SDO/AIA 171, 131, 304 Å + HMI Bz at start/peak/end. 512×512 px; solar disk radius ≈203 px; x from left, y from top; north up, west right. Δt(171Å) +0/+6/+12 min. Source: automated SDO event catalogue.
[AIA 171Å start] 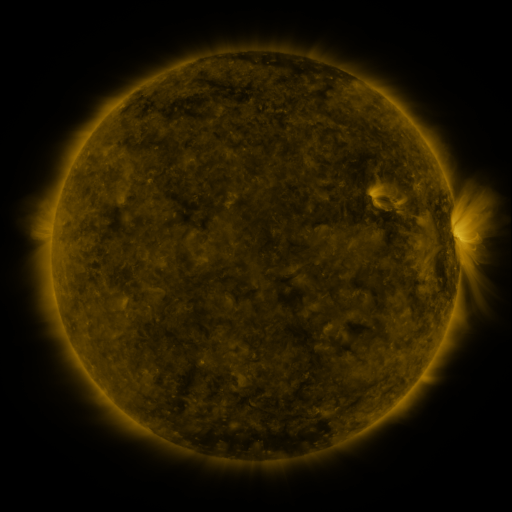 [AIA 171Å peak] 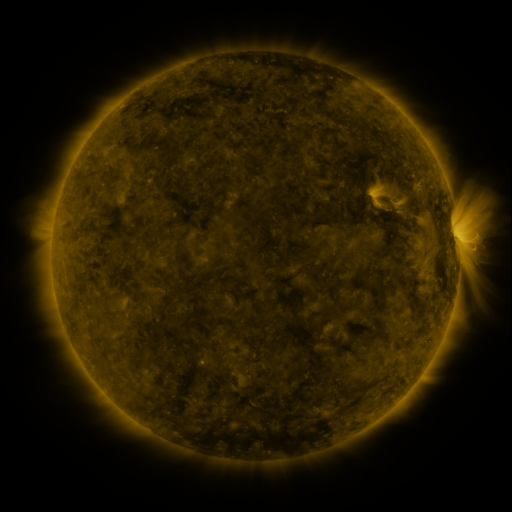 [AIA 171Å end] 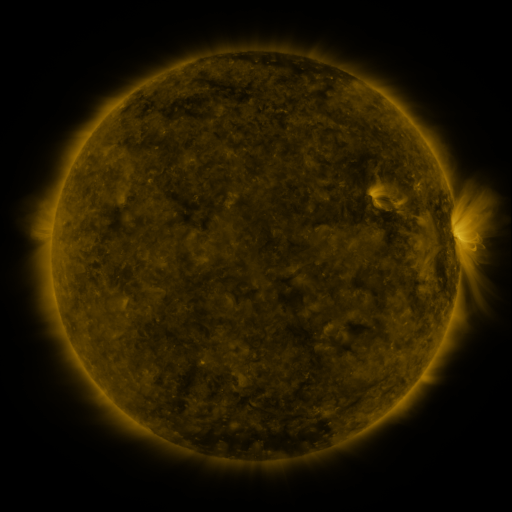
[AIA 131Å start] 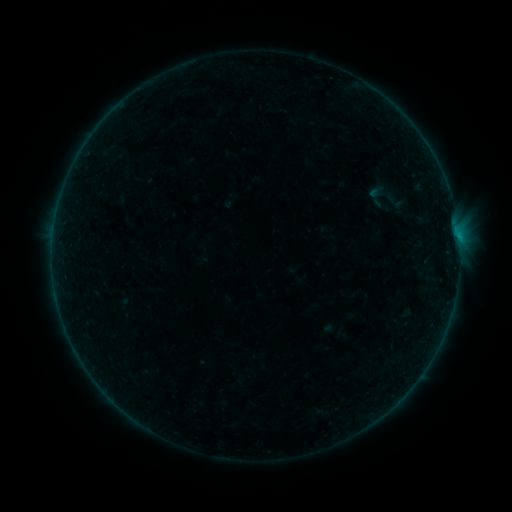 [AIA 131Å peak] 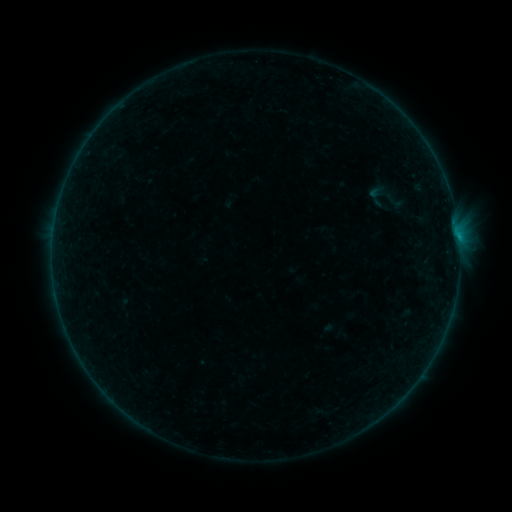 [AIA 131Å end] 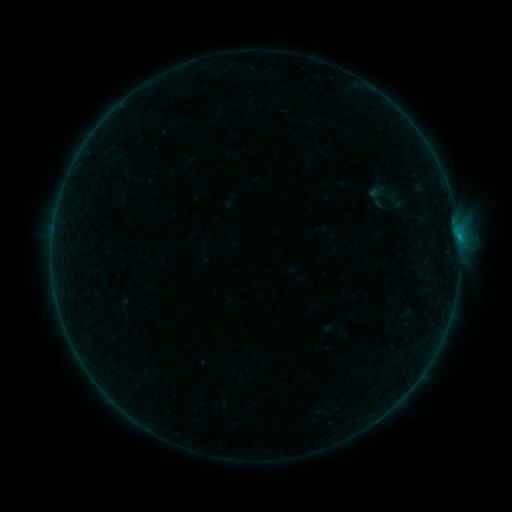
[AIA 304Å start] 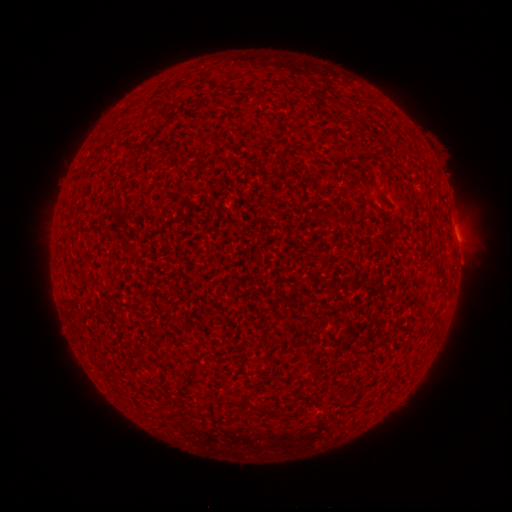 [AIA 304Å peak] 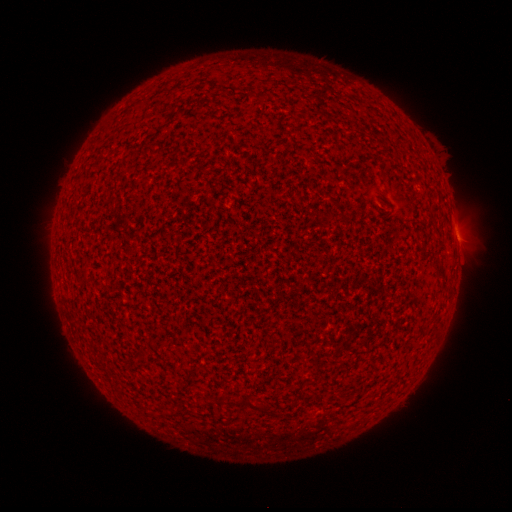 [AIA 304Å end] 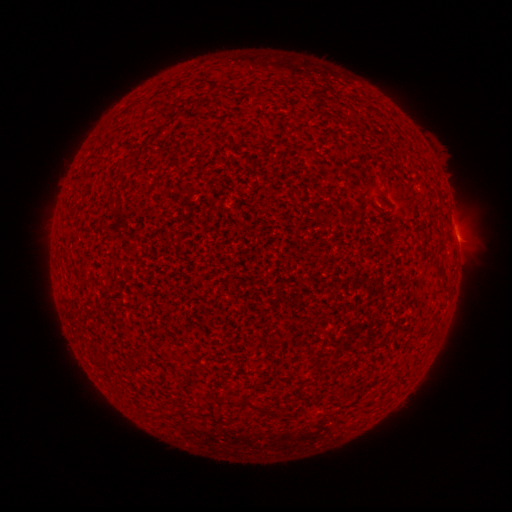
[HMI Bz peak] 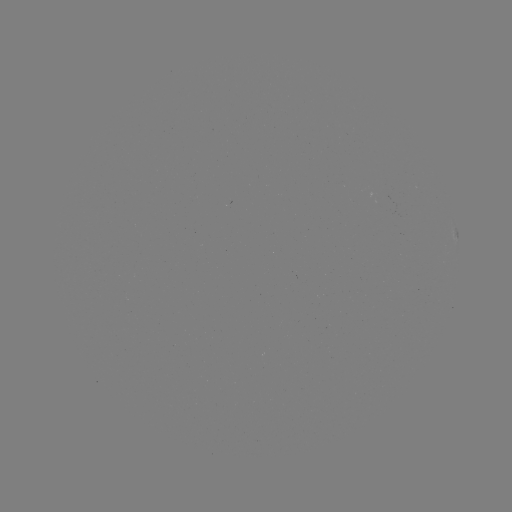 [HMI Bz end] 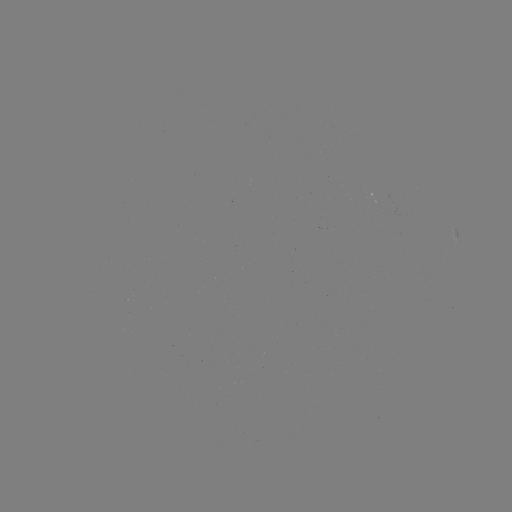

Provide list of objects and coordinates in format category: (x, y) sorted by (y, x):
B1.7 flare: (458, 241)
